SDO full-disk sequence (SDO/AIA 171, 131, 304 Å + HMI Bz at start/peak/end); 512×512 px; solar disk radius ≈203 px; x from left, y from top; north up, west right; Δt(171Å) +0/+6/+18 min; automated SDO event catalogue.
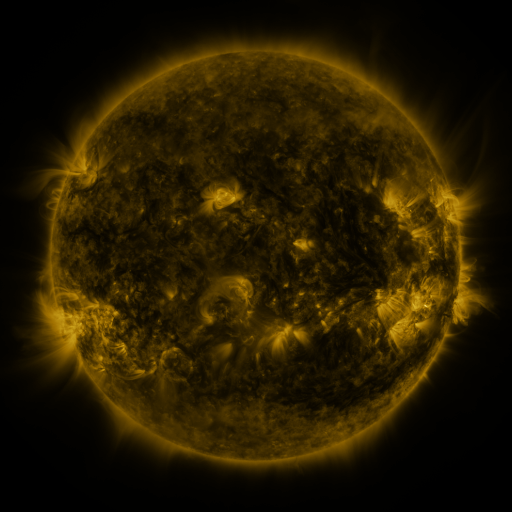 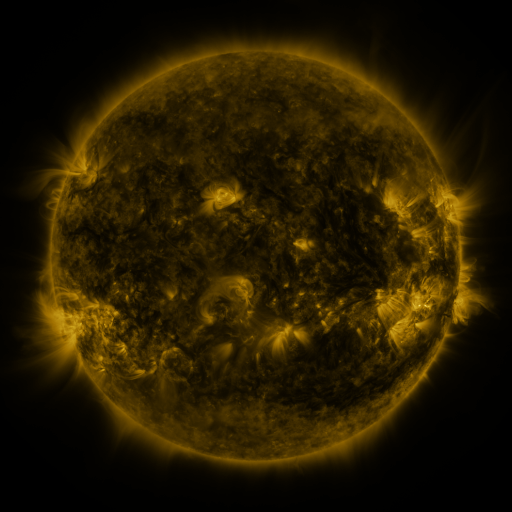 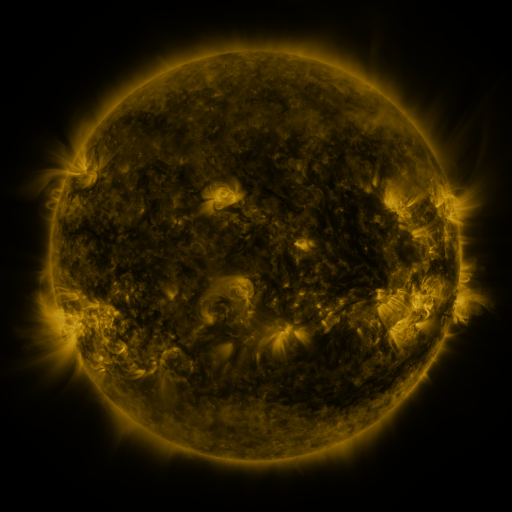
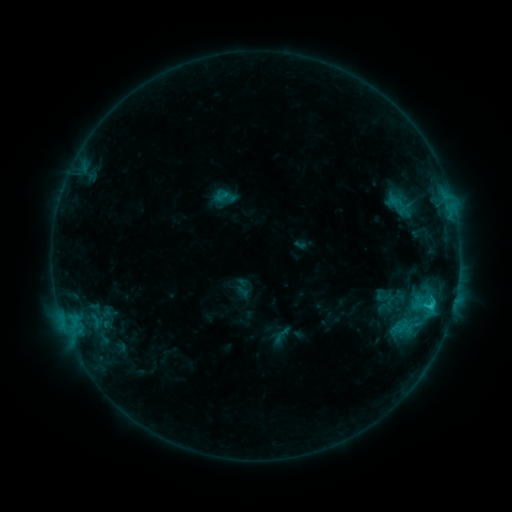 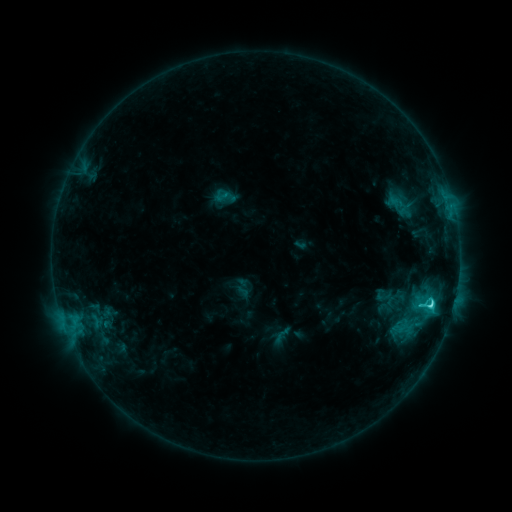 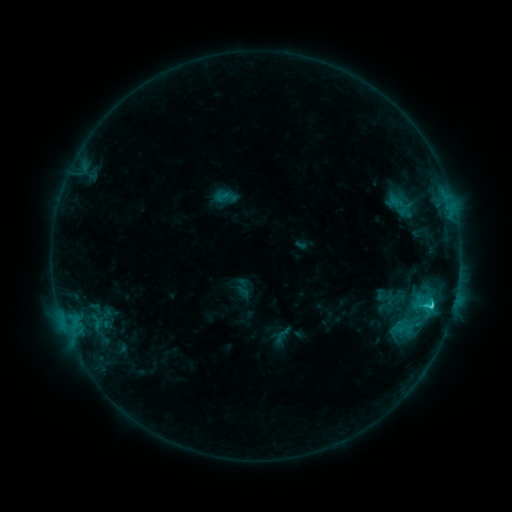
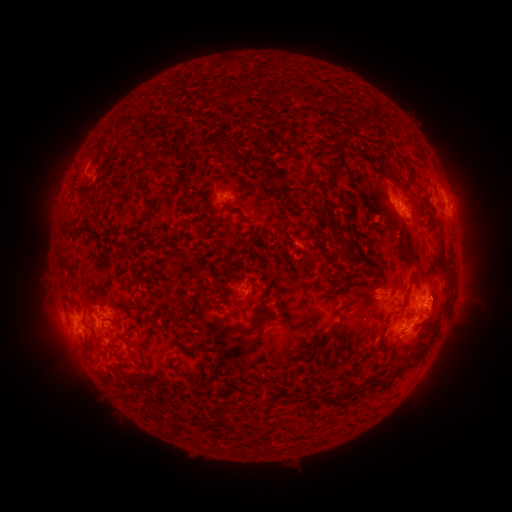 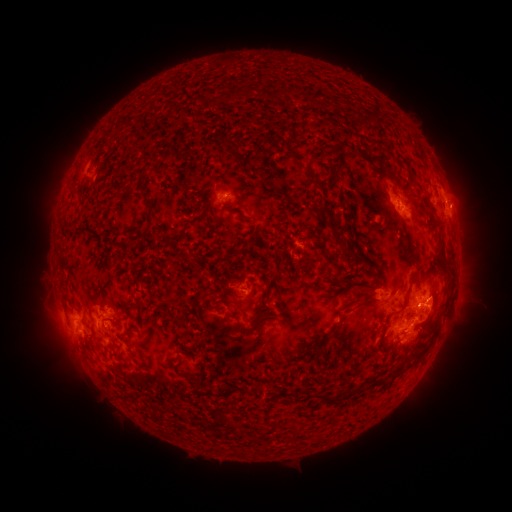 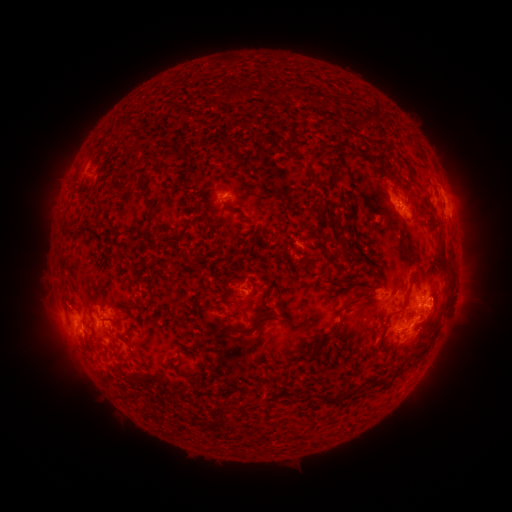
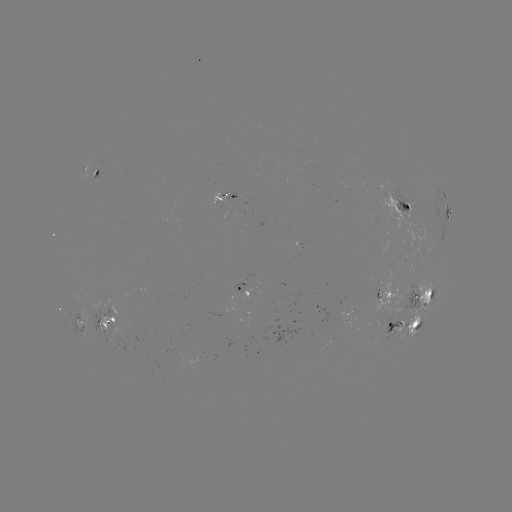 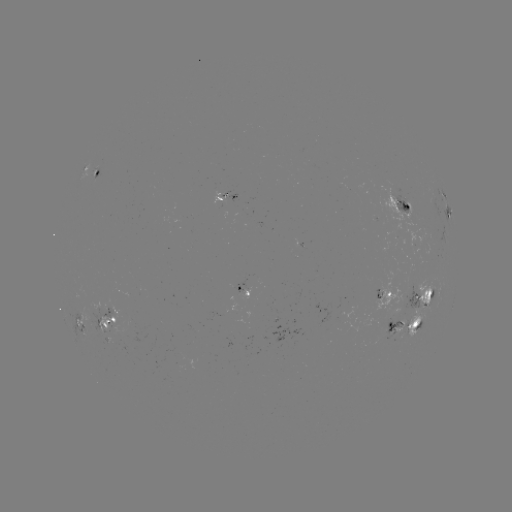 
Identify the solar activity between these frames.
C3.8 flare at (431, 302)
